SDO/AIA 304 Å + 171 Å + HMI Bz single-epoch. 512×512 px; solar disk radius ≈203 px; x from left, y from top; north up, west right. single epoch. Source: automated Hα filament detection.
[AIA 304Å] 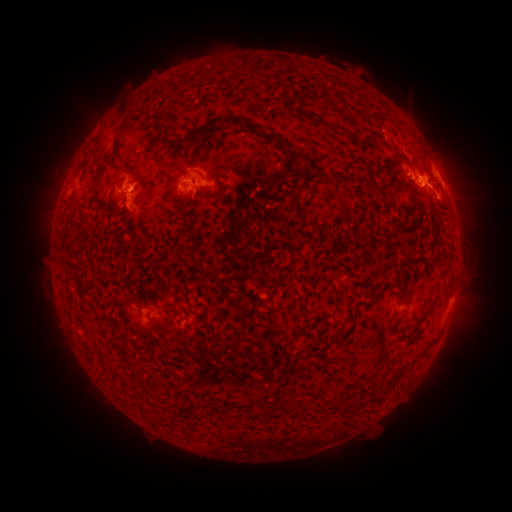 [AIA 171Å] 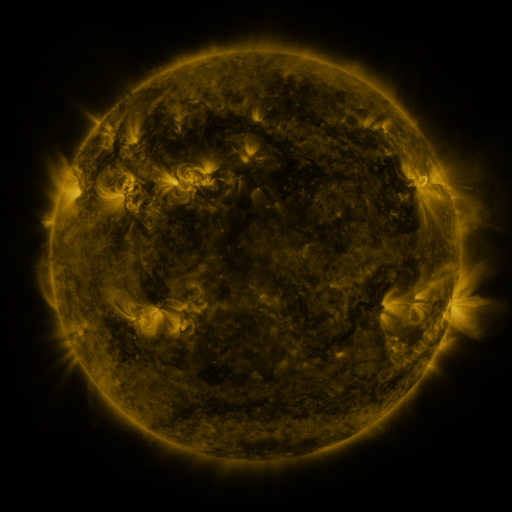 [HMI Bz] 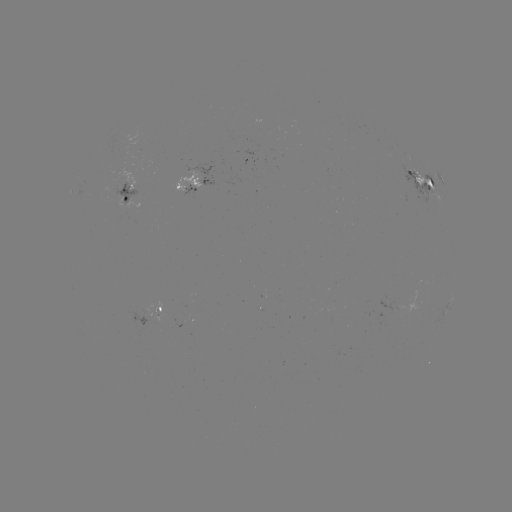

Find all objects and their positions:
filament: <bbox>118, 106, 128, 116</bbox>
filament: <bbox>295, 110, 338, 129</bbox>
filament: <bbox>196, 117, 219, 140</bbox>
filament: <bbox>231, 117, 261, 132</bbox>
filament: <bbox>266, 131, 287, 150</bbox>
filament: <bbox>112, 137, 119, 156</bbox>
filament: <bbox>149, 138, 171, 171</bbox>
filament: <bbox>286, 146, 317, 166</bbox>
filament: <bbox>390, 154, 399, 168</bbox>
filament: <bbox>289, 167, 301, 175</bbox>
filament: <bbox>128, 177, 151, 197</bbox>
filament: <bbox>426, 178, 433, 187</bbox>
filament: <bbox>366, 182, 375, 190</bbox>
filament: <bbox>199, 186, 222, 200</bbox>
filament: <bbox>288, 191, 301, 208</bbox>
filament: <bbox>114, 203, 131, 213</bbox>
filament: <bbox>229, 335, 248, 346</bbox>
filament: <bbox>112, 340, 128, 355</bbox>
filament: <bbox>129, 372, 140, 382</bbox>
filament: <bbox>351, 398, 365, 408</bbox>
